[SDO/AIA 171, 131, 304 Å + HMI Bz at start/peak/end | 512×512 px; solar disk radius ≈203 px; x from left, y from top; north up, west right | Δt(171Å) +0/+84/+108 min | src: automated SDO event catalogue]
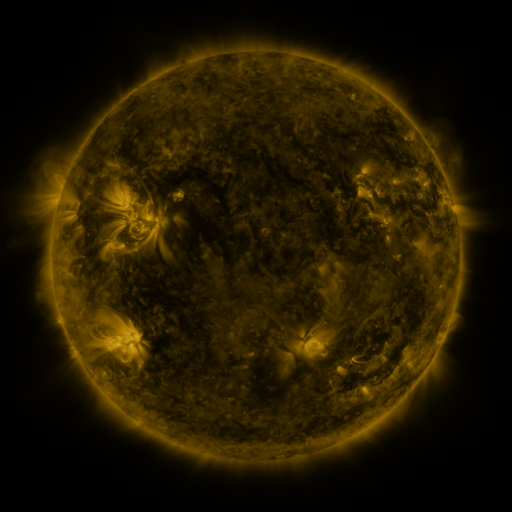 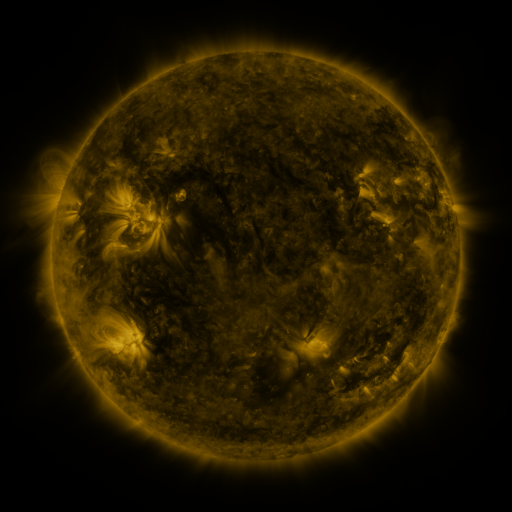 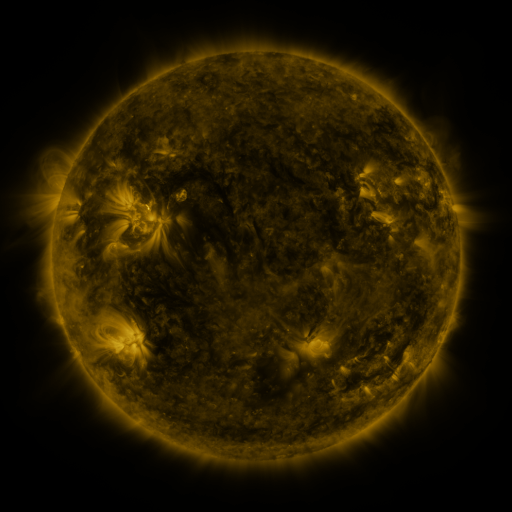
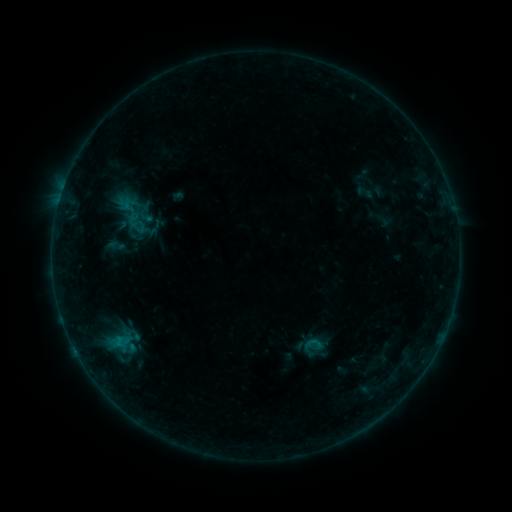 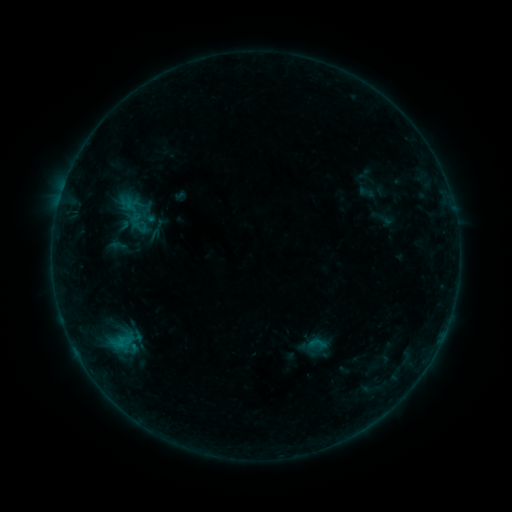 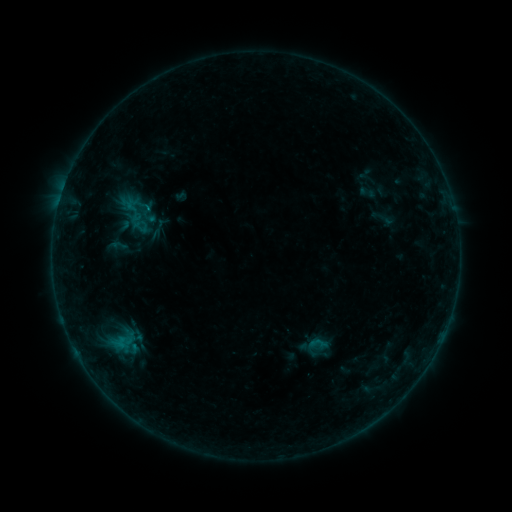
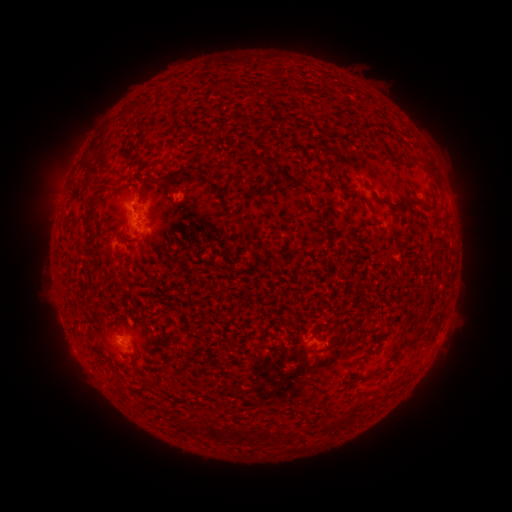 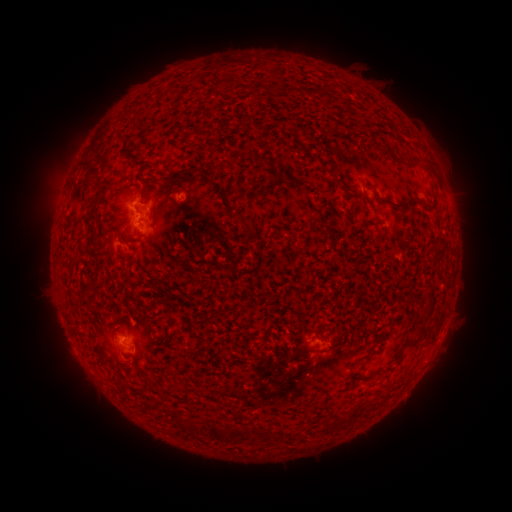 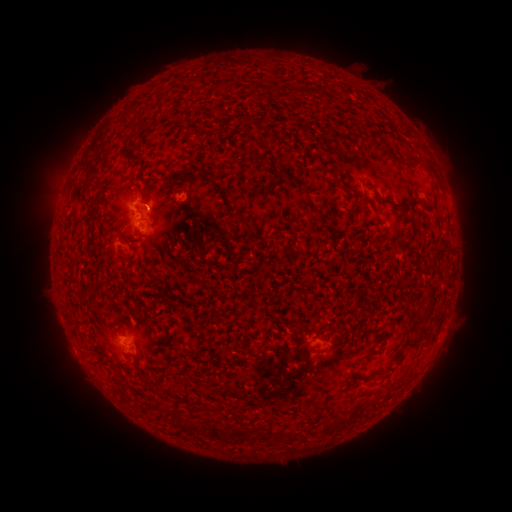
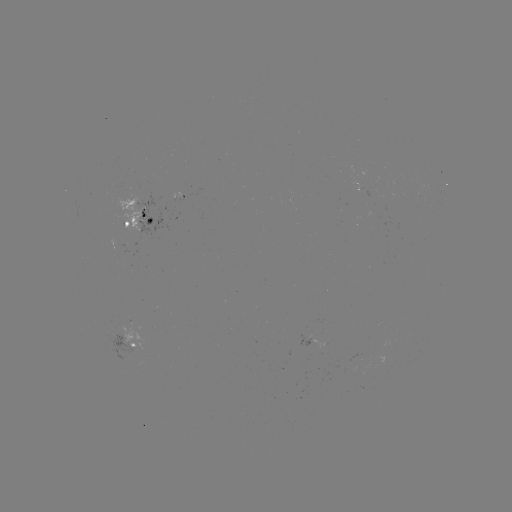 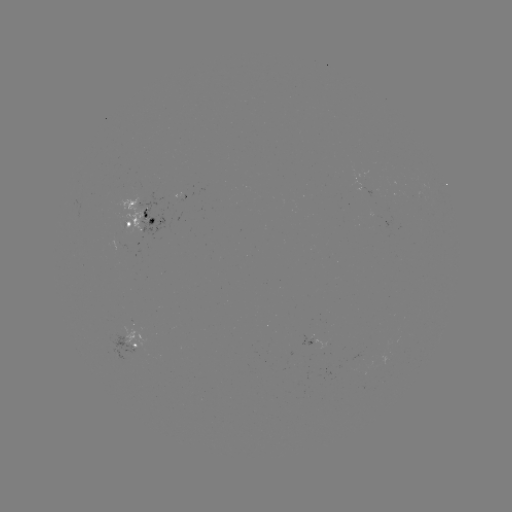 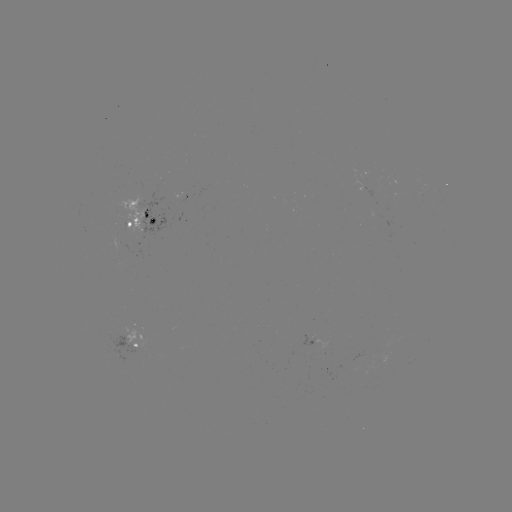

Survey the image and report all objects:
emerging-flux region: (124, 226)
